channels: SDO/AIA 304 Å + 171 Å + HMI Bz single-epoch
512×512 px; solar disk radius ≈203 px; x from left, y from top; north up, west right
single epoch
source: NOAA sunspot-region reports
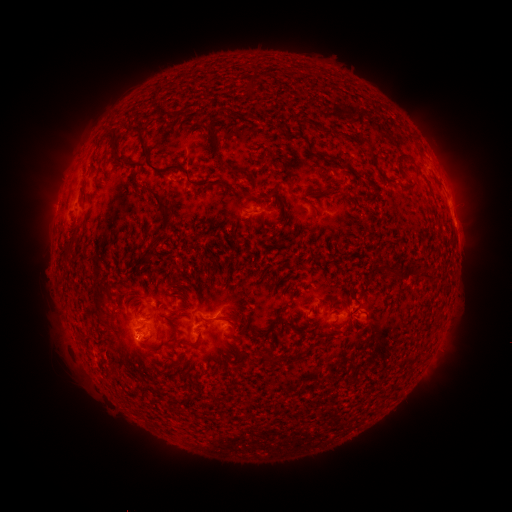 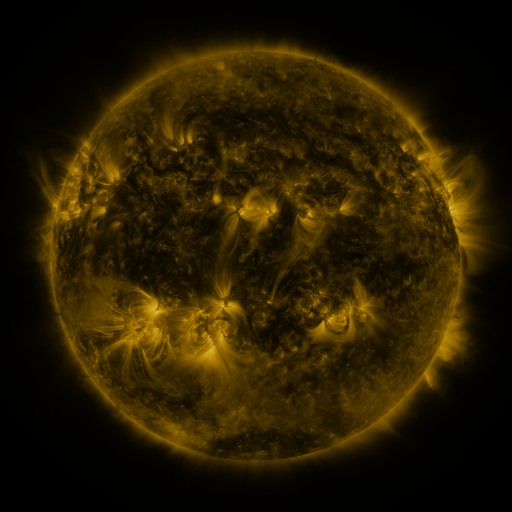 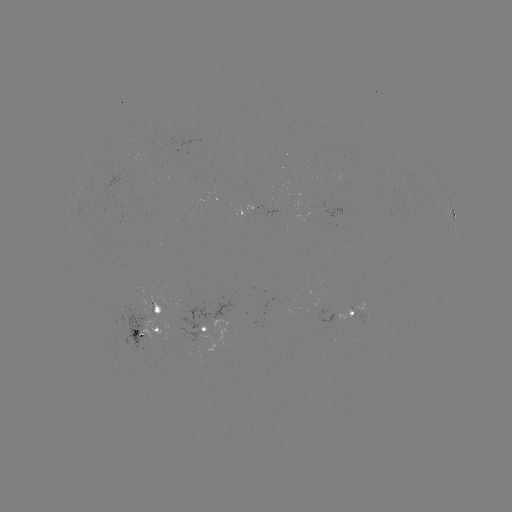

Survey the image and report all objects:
spotted active region: (256, 213)
spotted active region: (454, 215)
spotted active region: (358, 310)
spotted active region: (159, 327)
spotted active region: (207, 329)
